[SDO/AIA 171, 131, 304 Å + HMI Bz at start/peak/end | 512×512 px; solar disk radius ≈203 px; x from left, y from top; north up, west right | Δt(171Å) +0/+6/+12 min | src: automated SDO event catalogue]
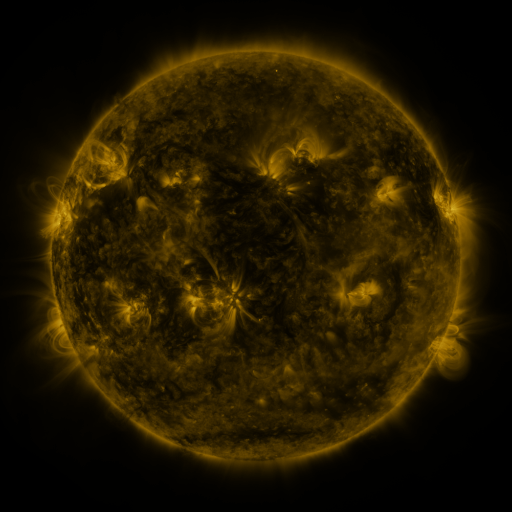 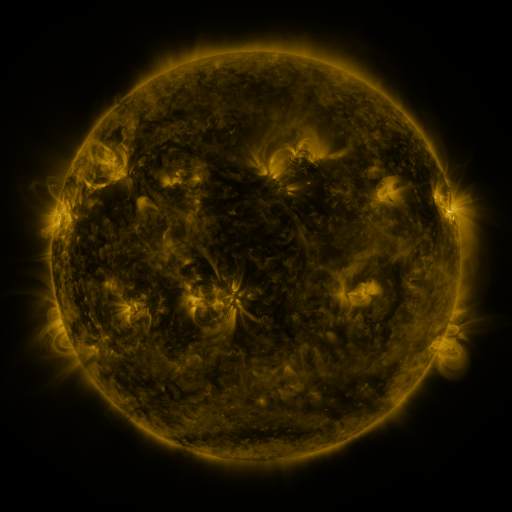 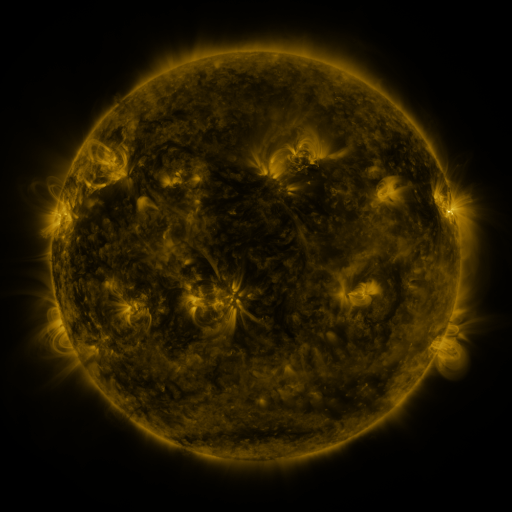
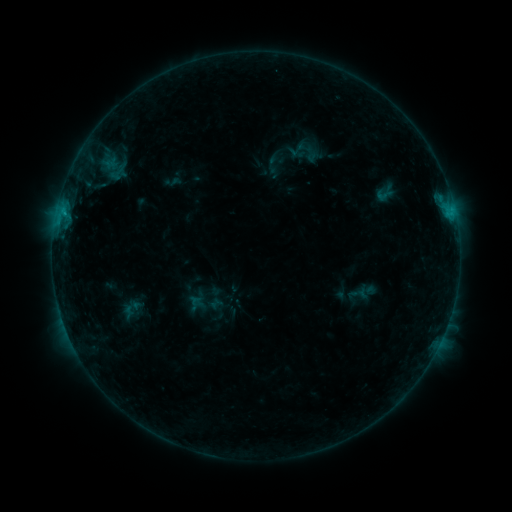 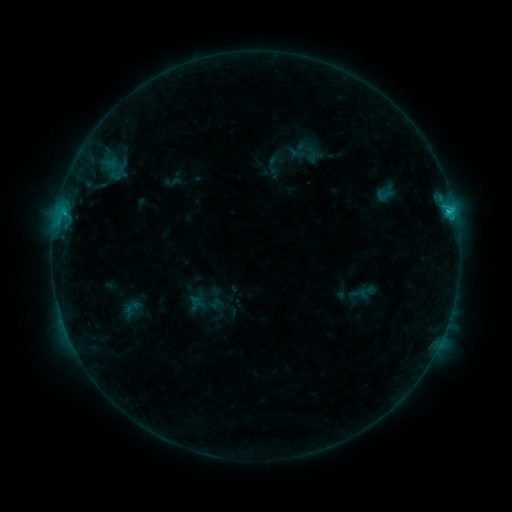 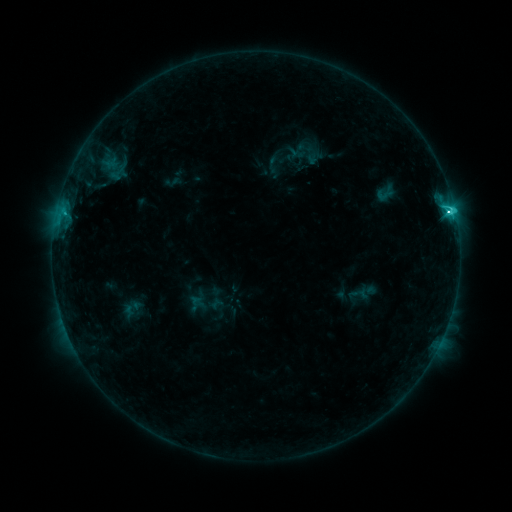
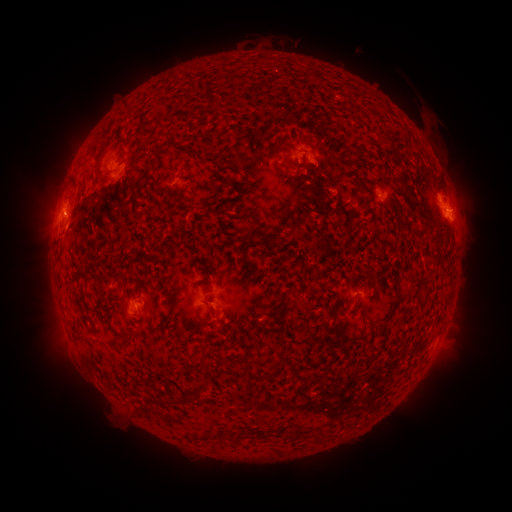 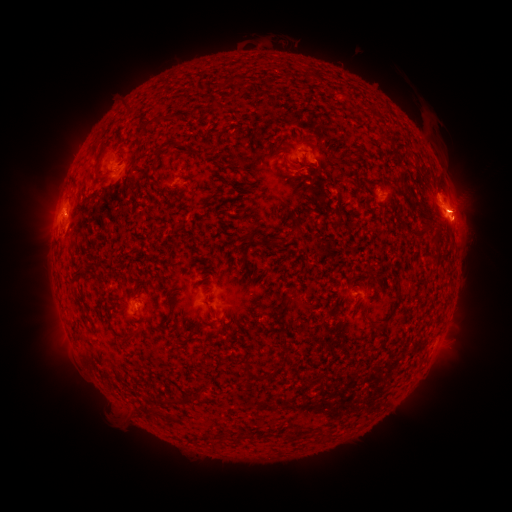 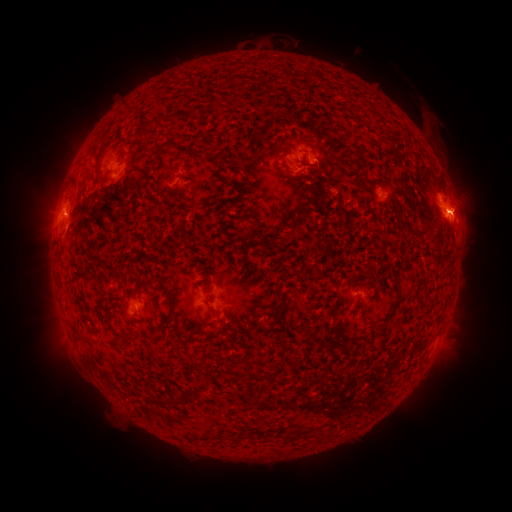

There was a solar eruption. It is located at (462, 213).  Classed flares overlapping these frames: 1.